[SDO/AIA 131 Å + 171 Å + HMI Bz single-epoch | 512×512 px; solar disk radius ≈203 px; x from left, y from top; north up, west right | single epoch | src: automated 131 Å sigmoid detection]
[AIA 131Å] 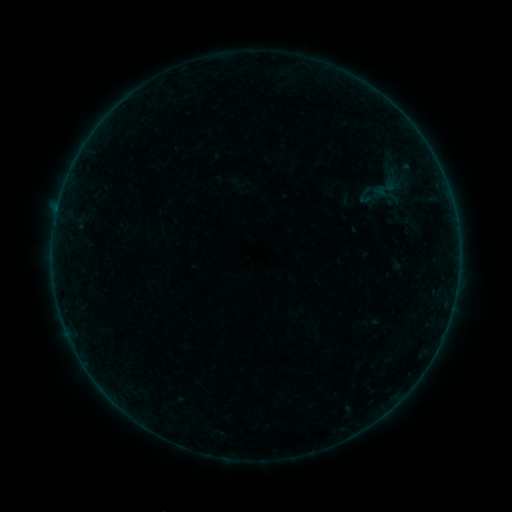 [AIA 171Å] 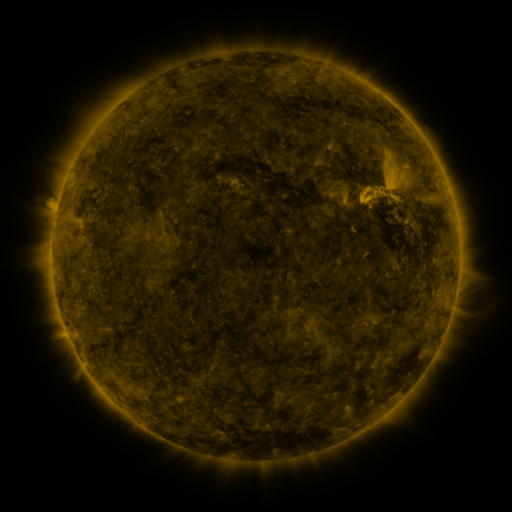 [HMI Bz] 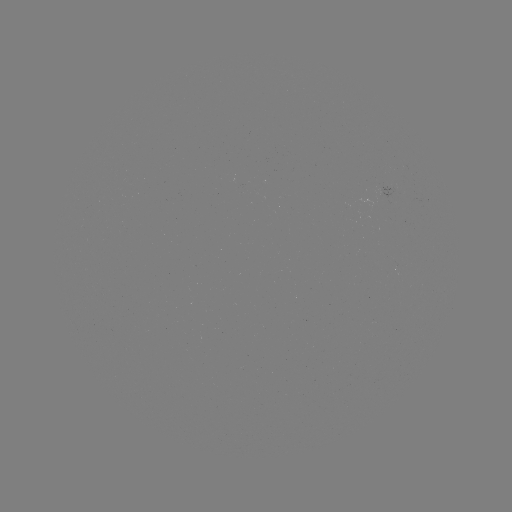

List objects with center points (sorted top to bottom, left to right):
sigmoid: (384, 195)
sigmoid: (367, 196)
